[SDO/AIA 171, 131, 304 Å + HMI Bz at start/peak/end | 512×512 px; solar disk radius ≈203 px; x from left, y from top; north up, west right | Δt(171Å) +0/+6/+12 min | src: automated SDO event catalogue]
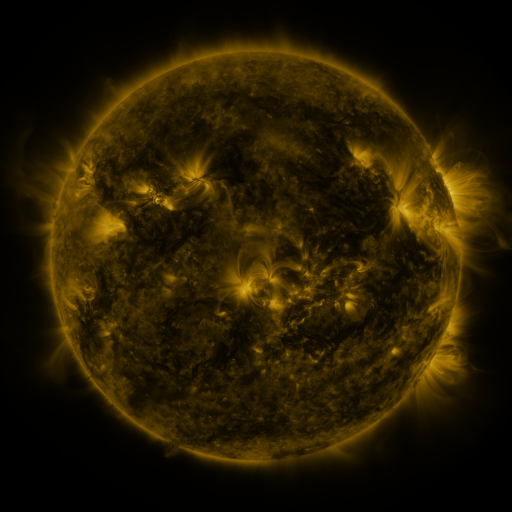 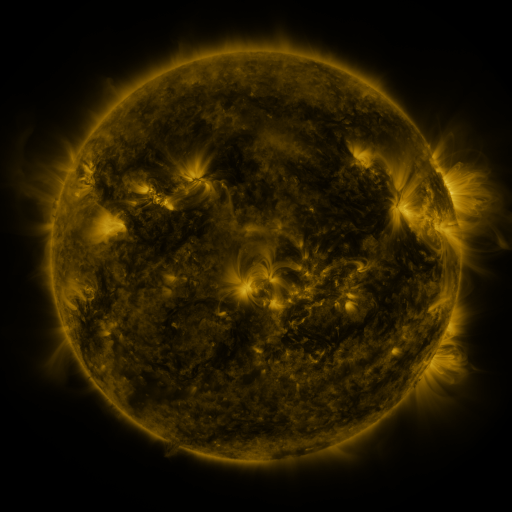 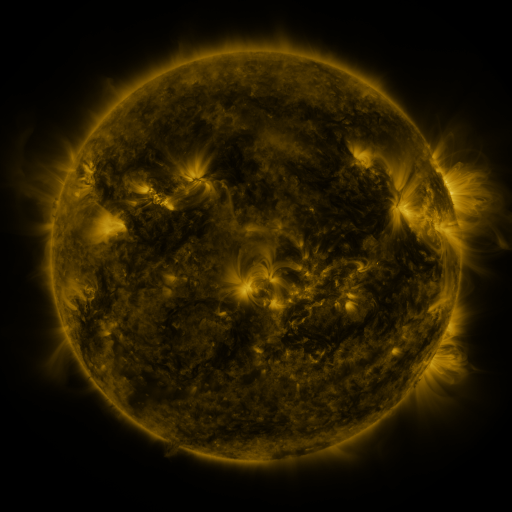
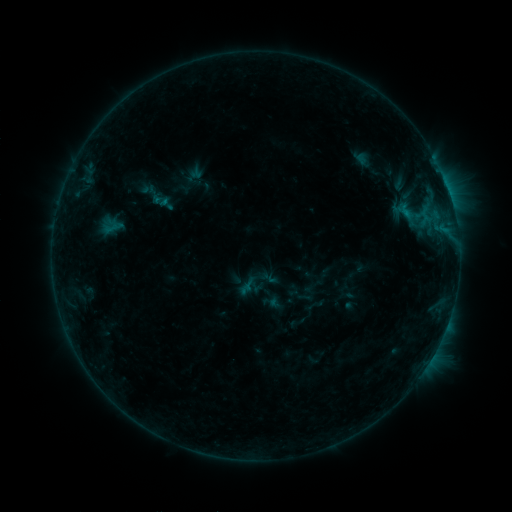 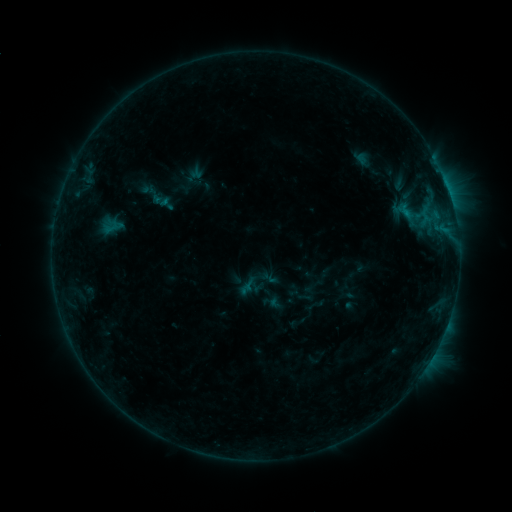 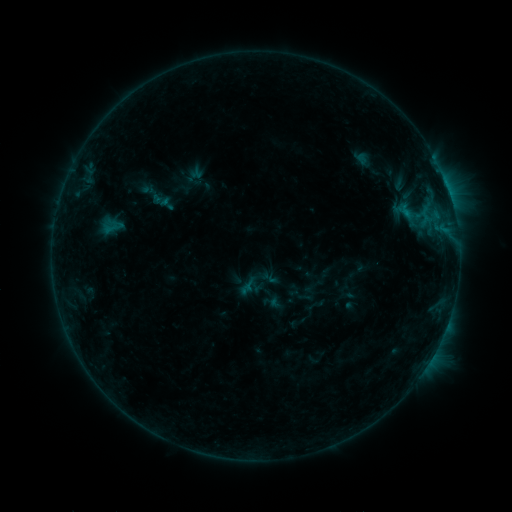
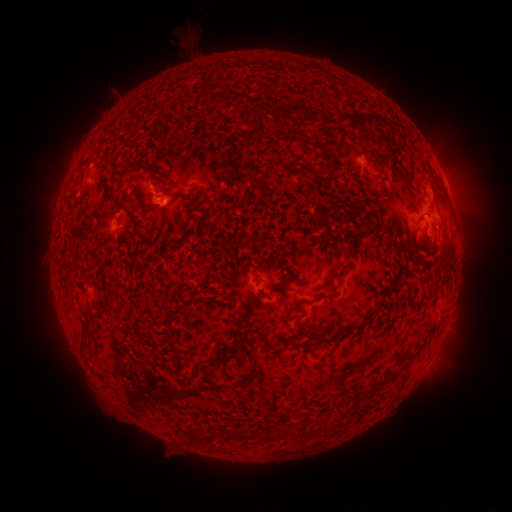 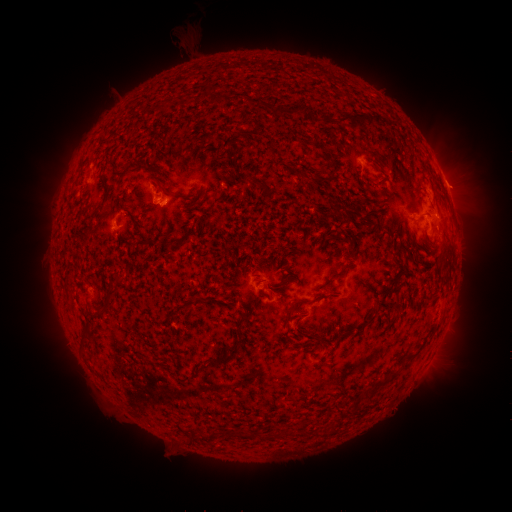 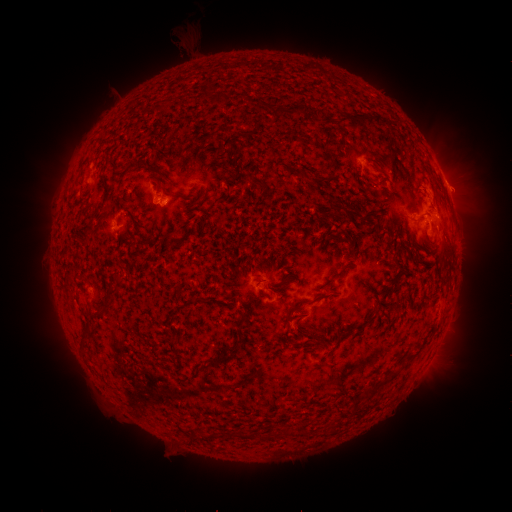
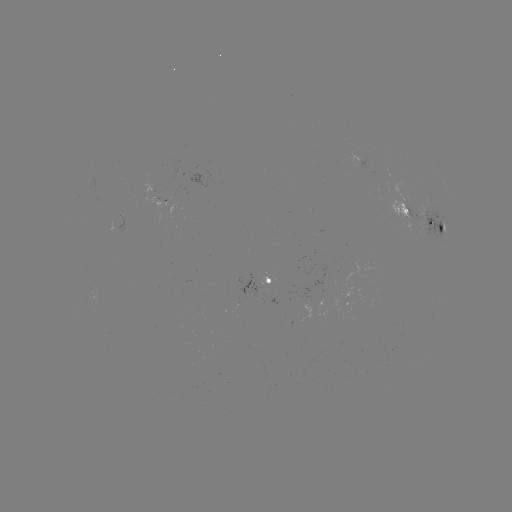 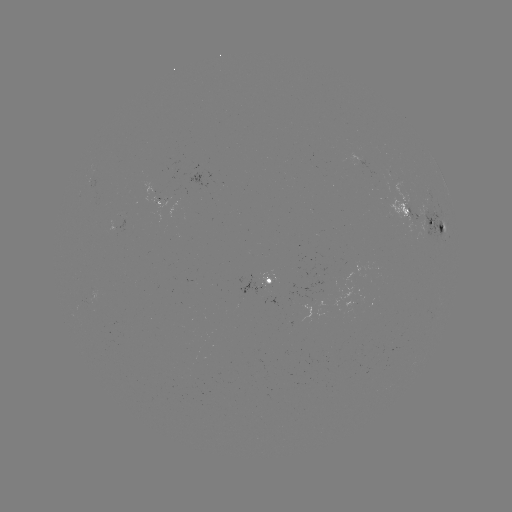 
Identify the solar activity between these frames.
no flare in any classed list; no EUV-trigger detection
